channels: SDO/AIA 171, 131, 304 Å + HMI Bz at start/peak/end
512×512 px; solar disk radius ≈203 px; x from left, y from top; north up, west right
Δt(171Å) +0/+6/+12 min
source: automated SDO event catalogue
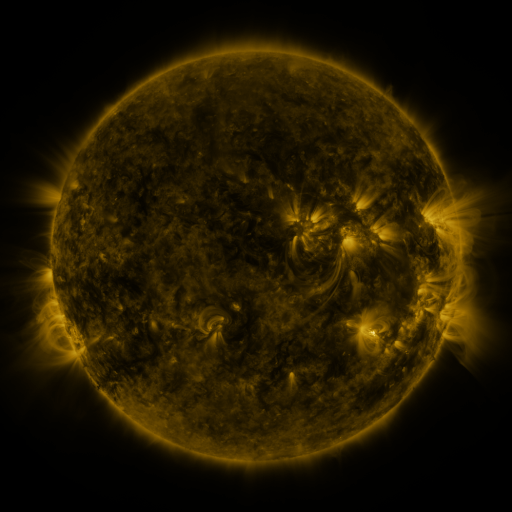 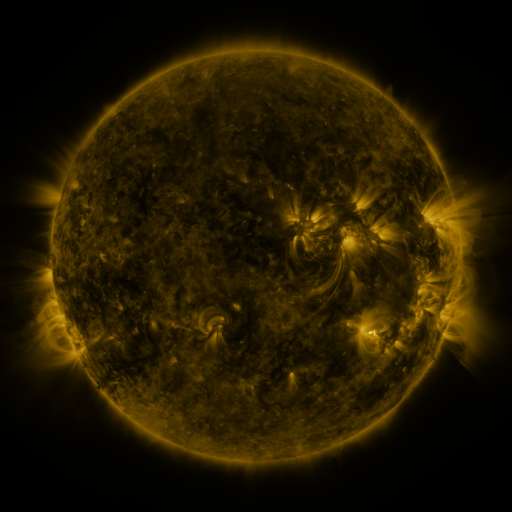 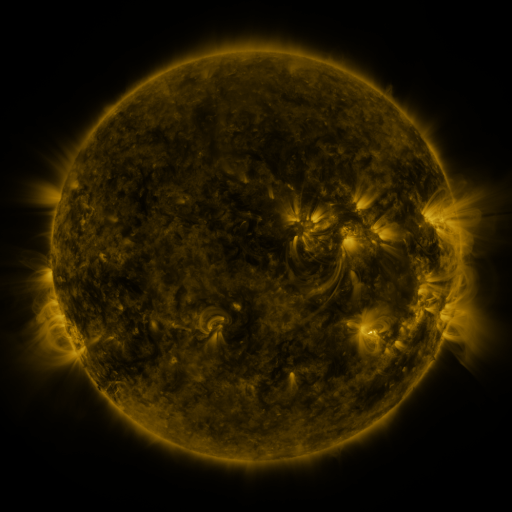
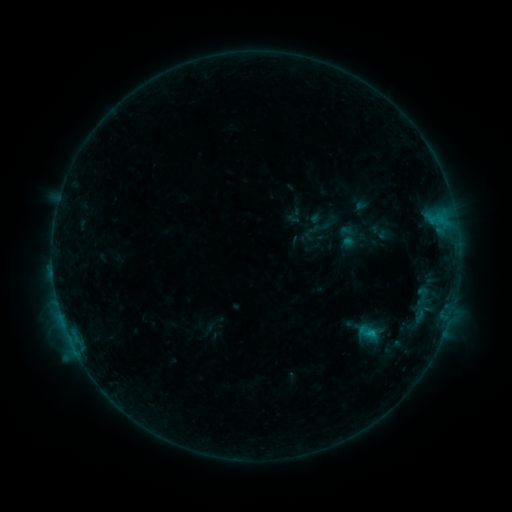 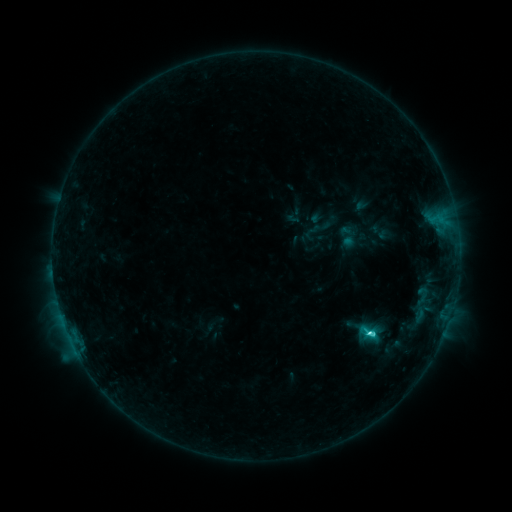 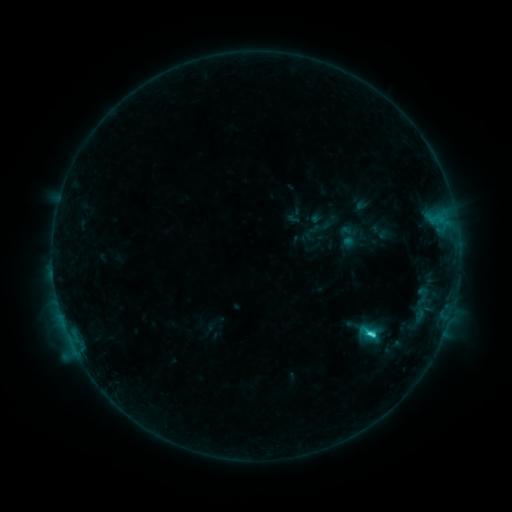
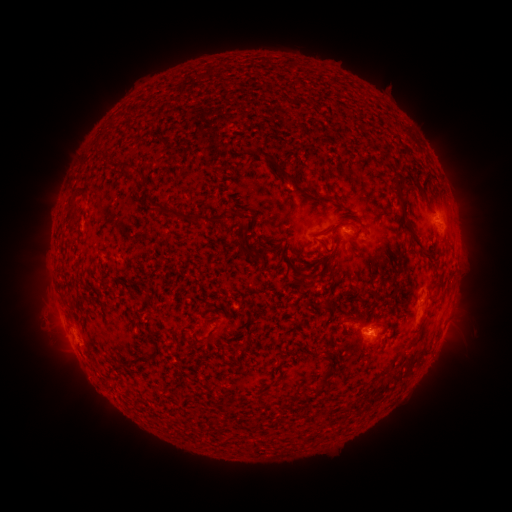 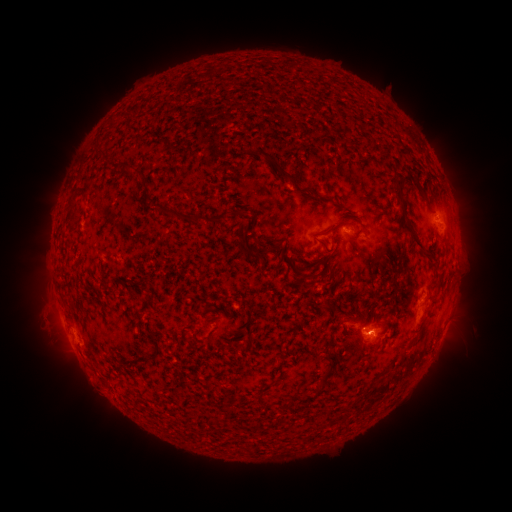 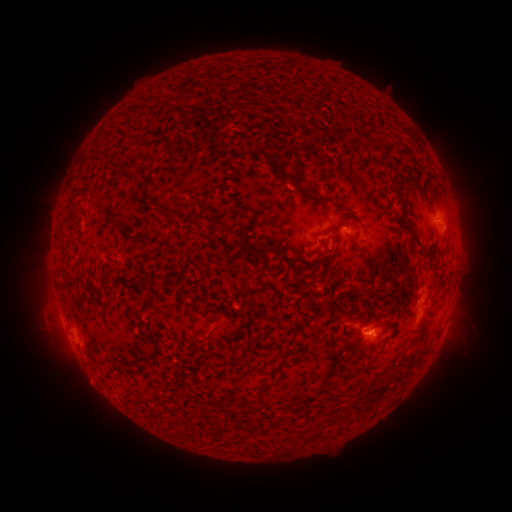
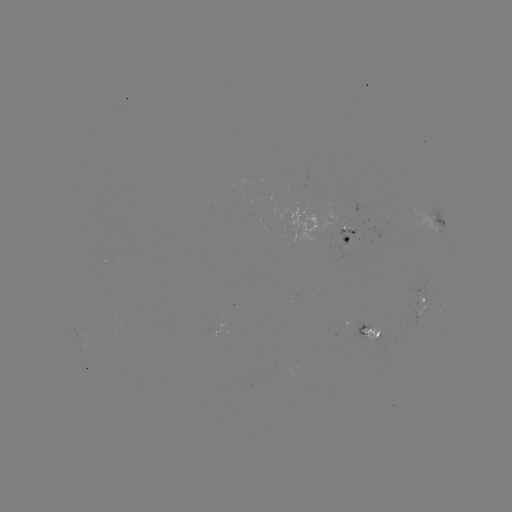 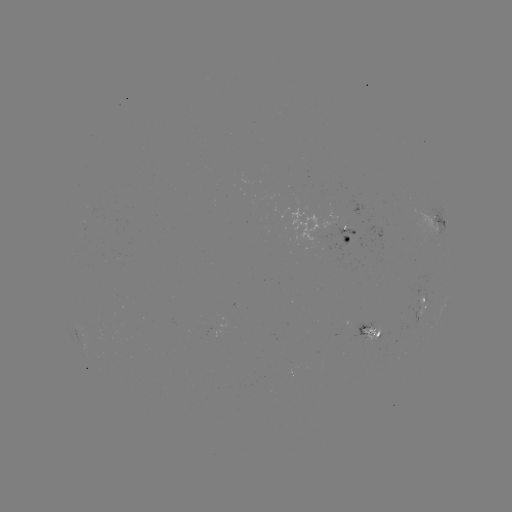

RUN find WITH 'C2.9 flare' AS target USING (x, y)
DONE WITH (368, 331) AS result